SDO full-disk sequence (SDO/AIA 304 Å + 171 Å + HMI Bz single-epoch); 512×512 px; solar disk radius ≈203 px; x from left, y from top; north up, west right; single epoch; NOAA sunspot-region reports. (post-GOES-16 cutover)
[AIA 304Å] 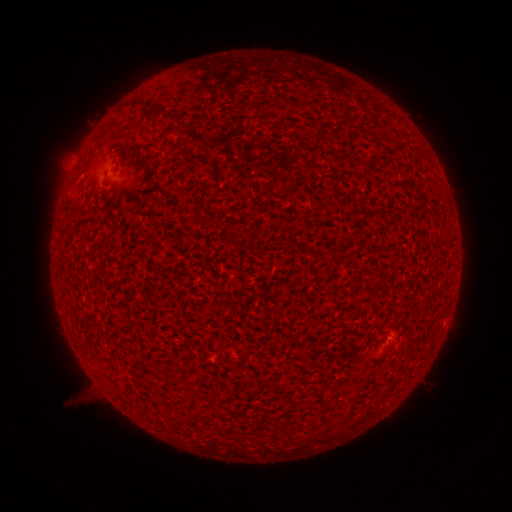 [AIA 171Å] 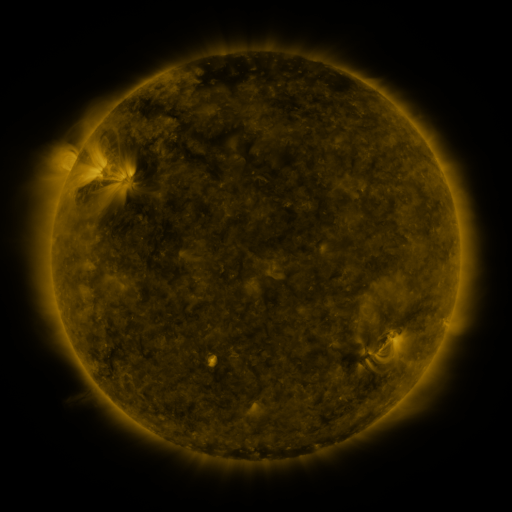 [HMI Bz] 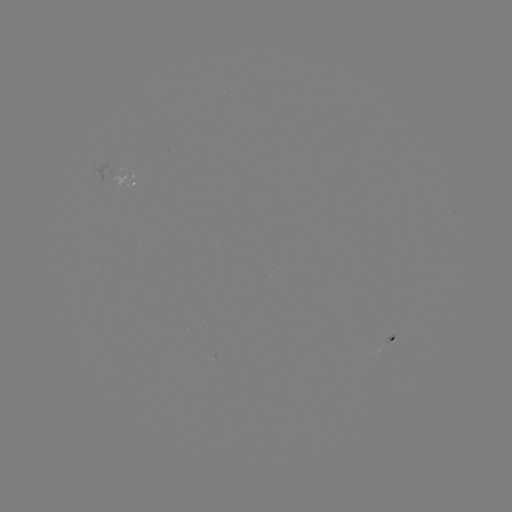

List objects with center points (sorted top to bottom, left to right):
spotted active region: (138, 181)
spotted active region: (393, 338)
